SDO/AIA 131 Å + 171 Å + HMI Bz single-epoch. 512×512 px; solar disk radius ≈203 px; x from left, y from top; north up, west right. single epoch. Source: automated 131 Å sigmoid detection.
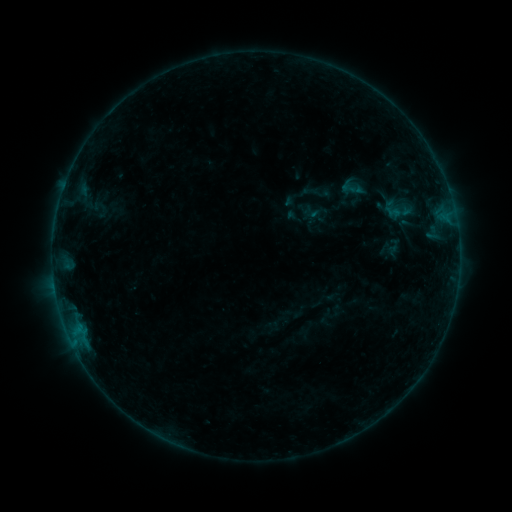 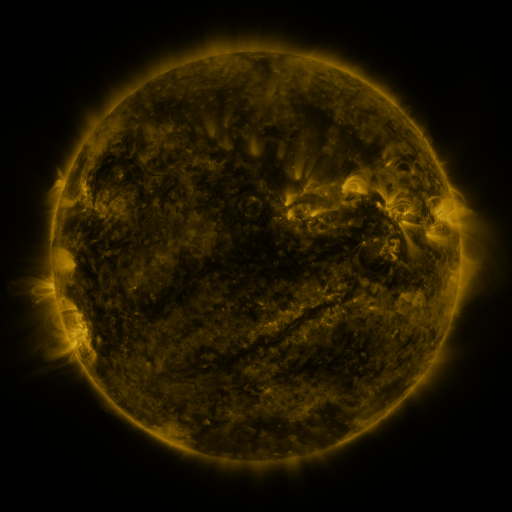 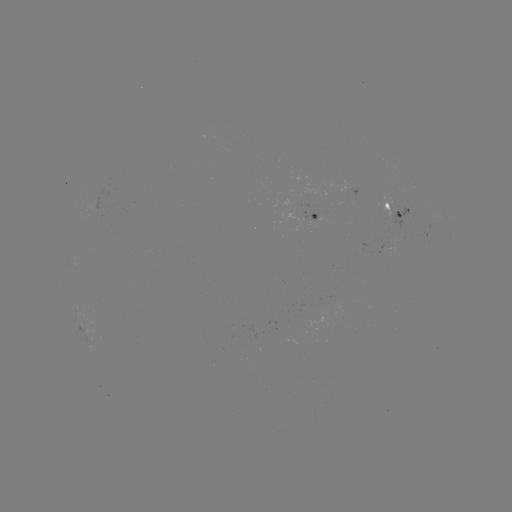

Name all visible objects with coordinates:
sigmoid: (335, 171, 370, 203)
